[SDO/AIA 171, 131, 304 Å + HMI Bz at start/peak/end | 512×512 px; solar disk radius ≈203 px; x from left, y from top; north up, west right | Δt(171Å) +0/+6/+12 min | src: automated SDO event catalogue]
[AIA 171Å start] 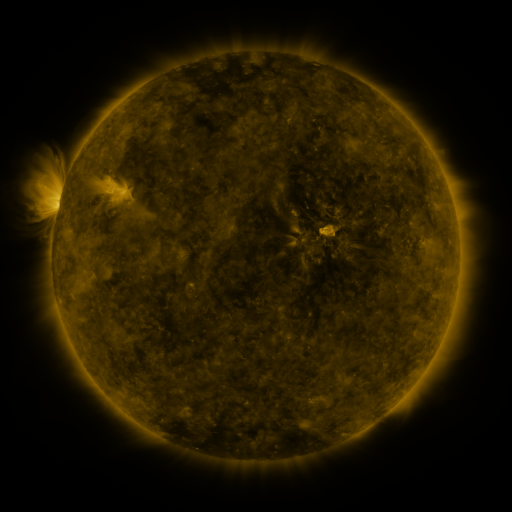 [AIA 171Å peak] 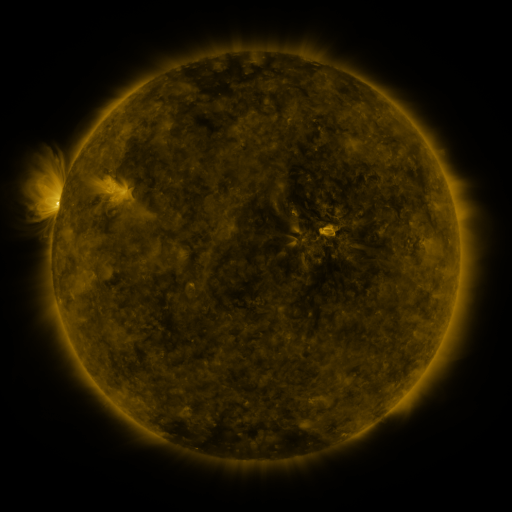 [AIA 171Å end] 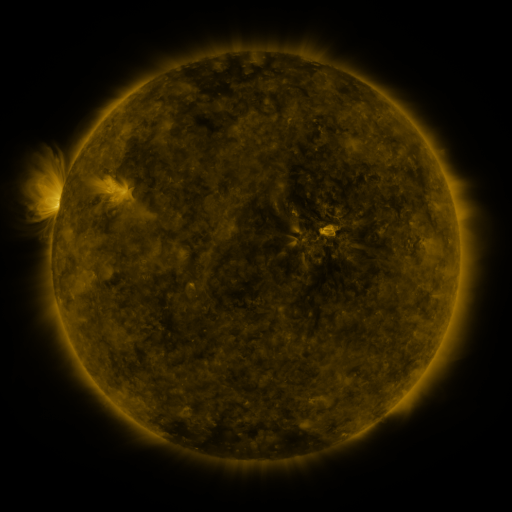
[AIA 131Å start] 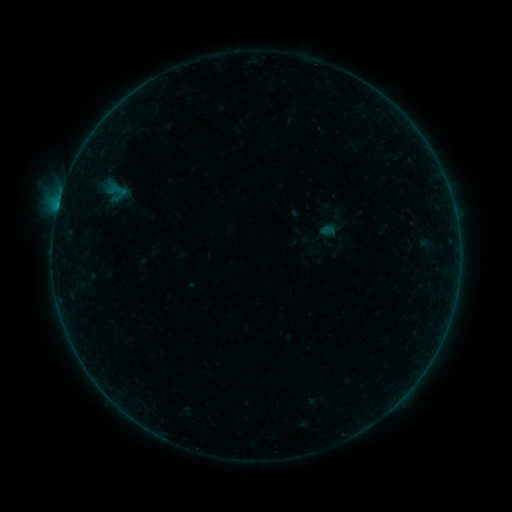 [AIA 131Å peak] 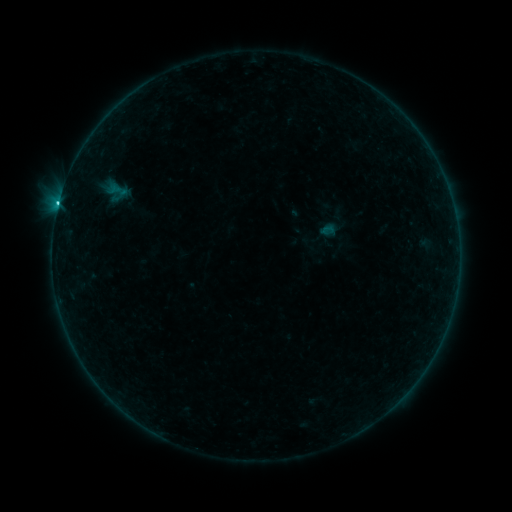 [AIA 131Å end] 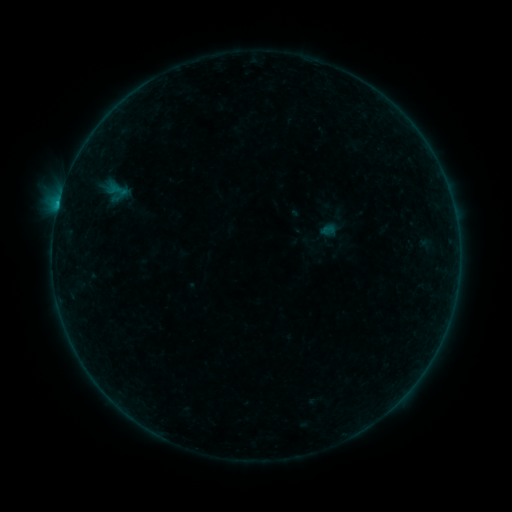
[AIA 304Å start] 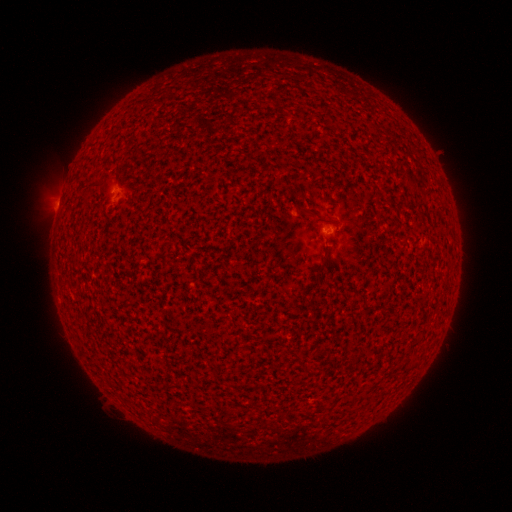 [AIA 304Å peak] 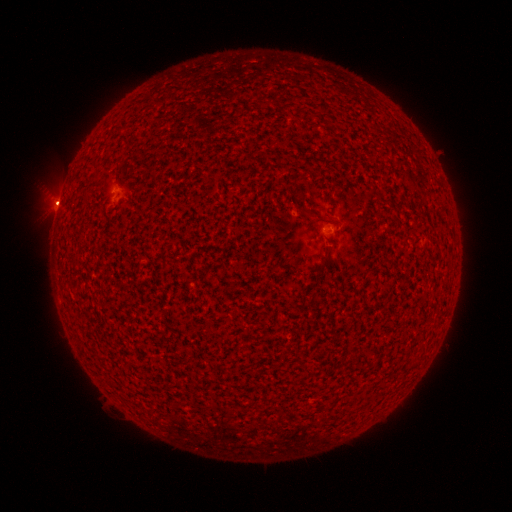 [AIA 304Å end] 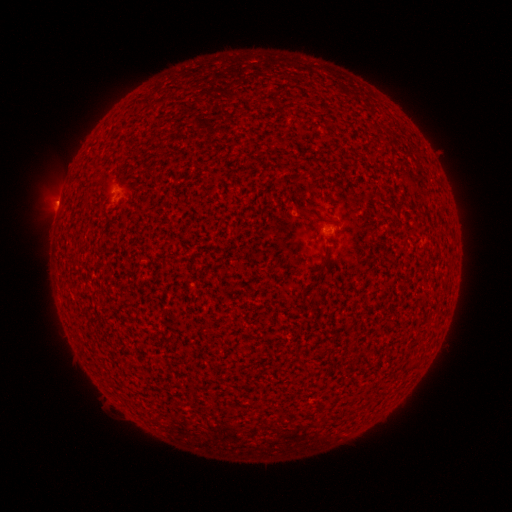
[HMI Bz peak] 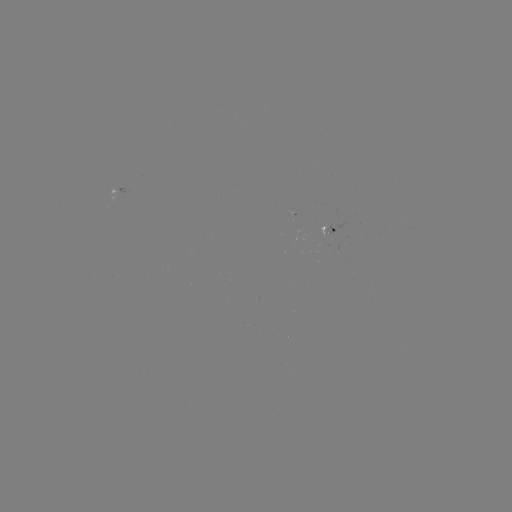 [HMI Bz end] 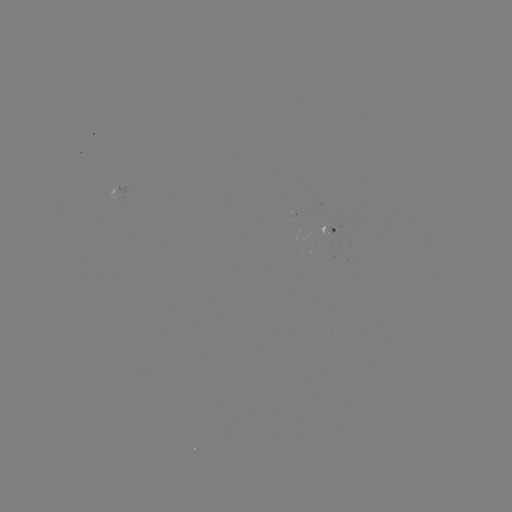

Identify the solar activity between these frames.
eruption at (54, 203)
